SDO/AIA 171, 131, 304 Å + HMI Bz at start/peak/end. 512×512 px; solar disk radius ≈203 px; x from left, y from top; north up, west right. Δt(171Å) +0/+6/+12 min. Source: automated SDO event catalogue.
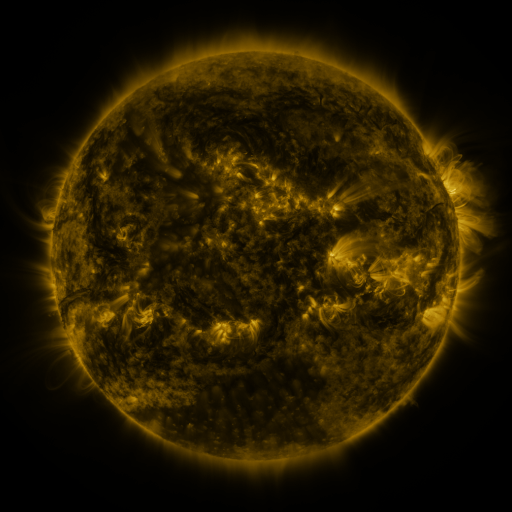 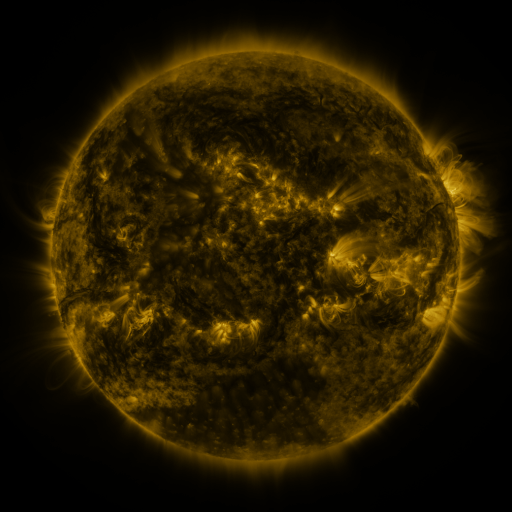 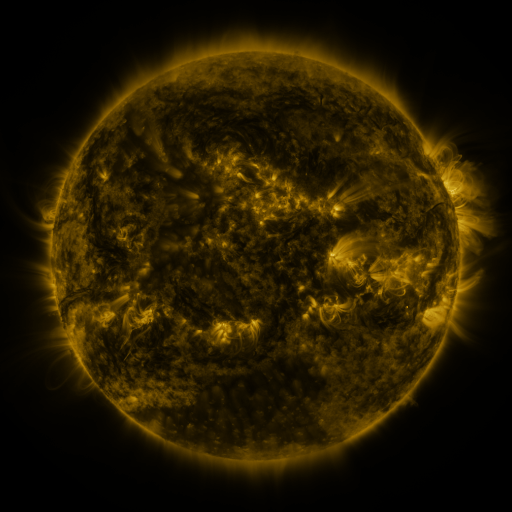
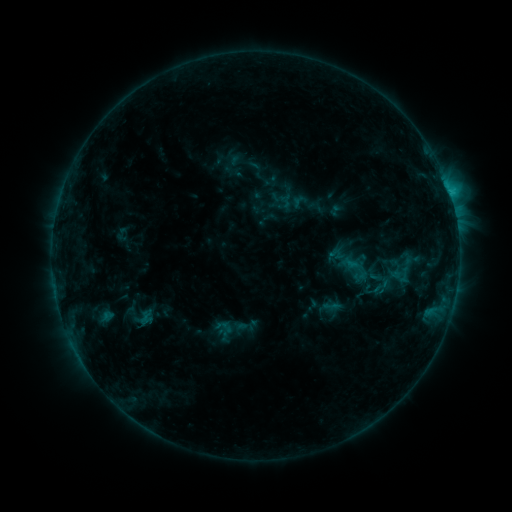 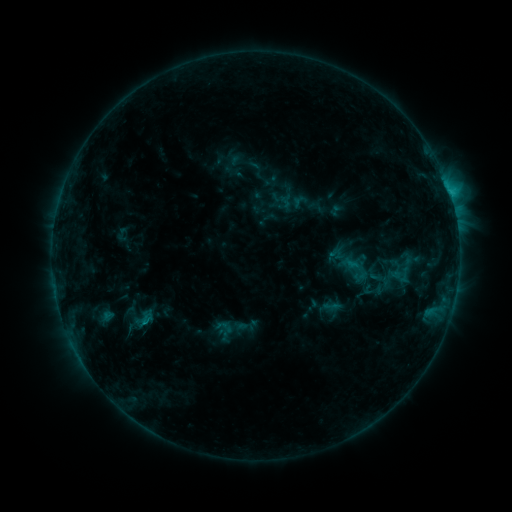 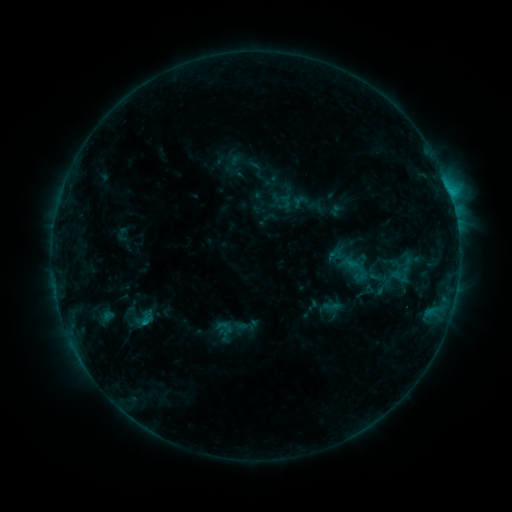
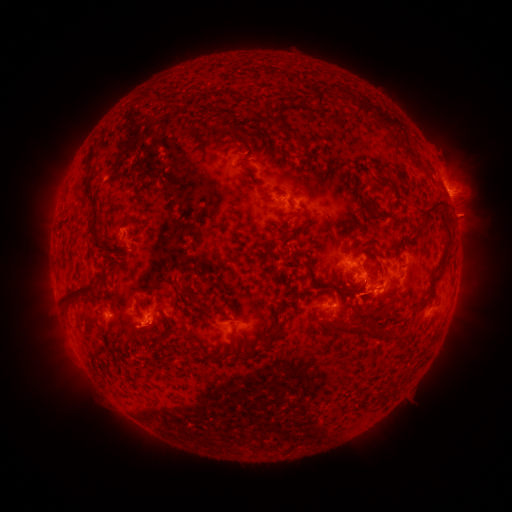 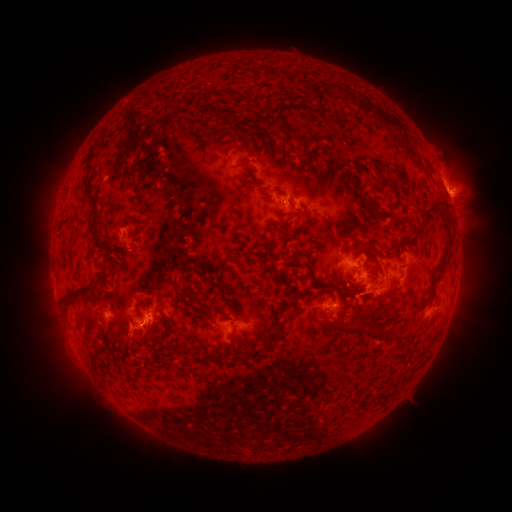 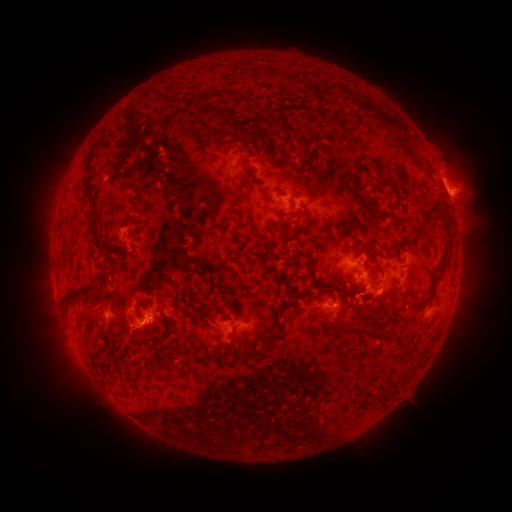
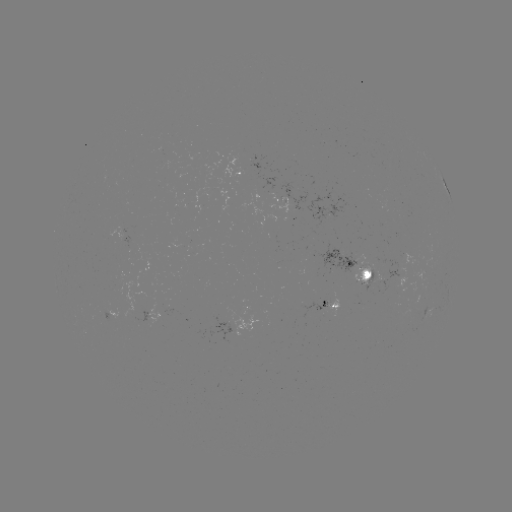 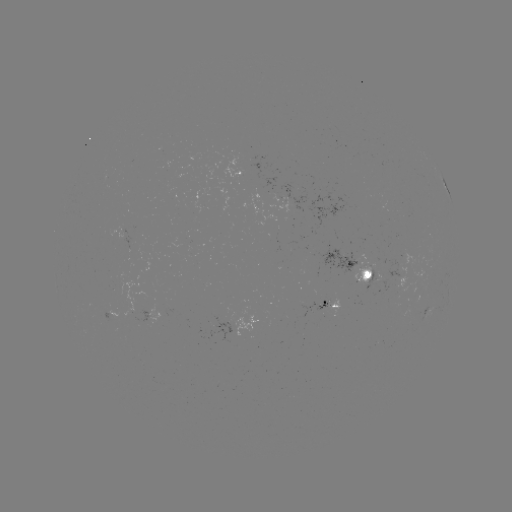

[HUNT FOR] eruption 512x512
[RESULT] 135,336